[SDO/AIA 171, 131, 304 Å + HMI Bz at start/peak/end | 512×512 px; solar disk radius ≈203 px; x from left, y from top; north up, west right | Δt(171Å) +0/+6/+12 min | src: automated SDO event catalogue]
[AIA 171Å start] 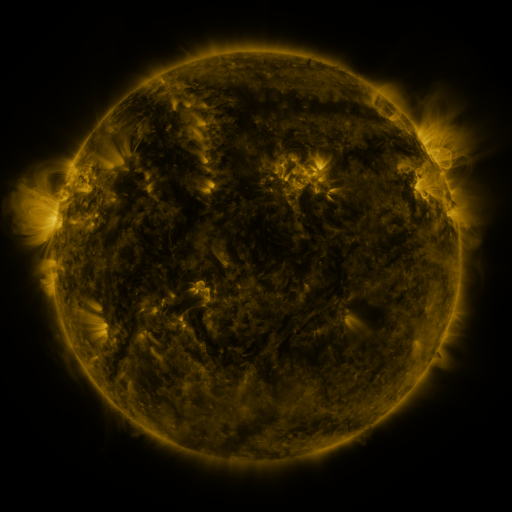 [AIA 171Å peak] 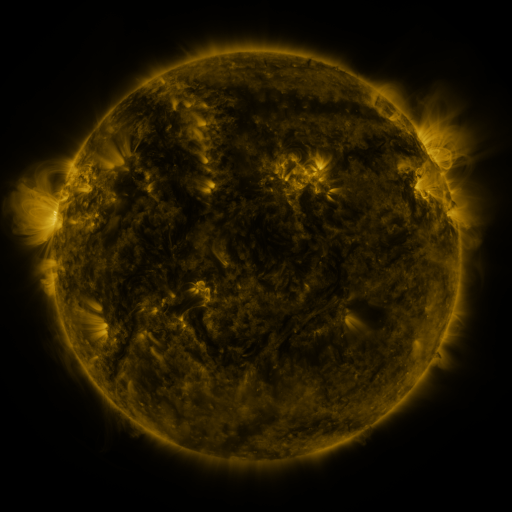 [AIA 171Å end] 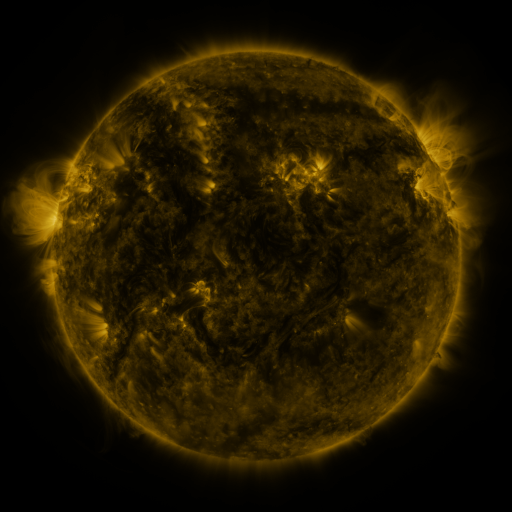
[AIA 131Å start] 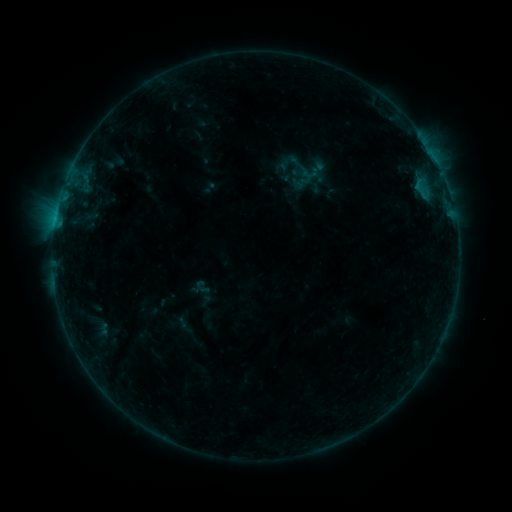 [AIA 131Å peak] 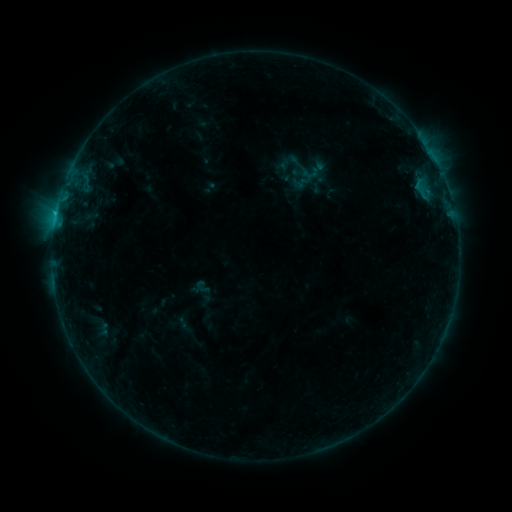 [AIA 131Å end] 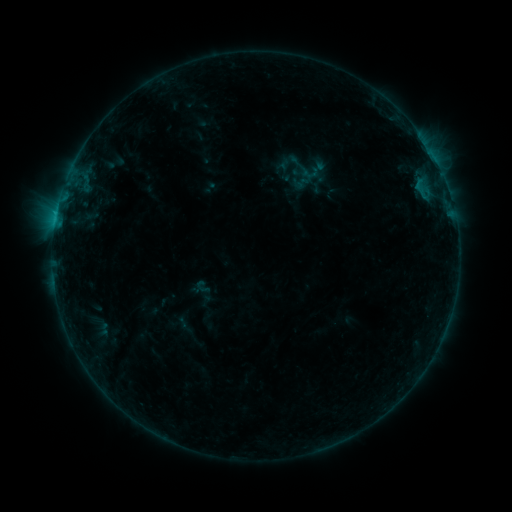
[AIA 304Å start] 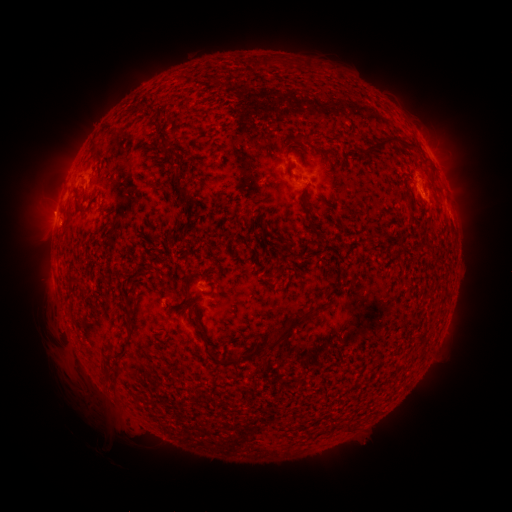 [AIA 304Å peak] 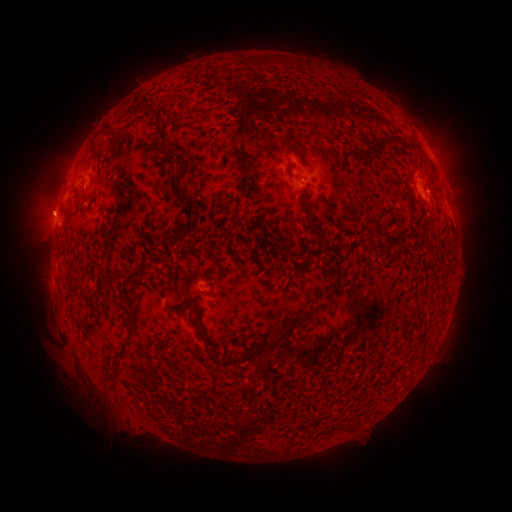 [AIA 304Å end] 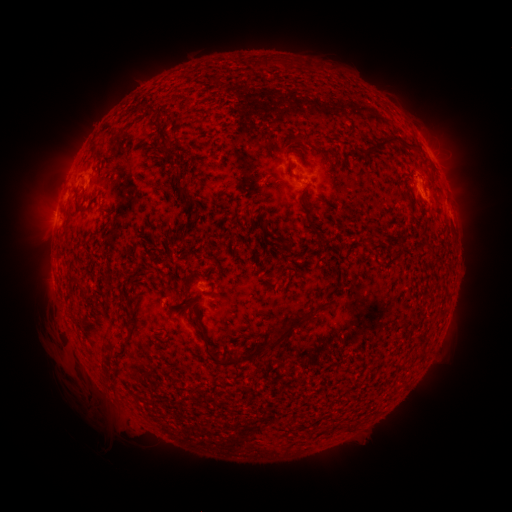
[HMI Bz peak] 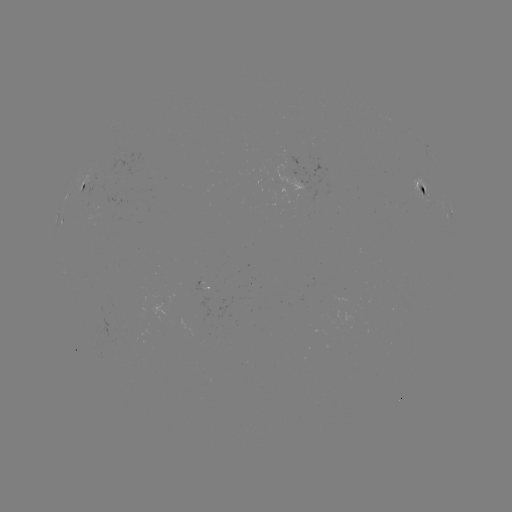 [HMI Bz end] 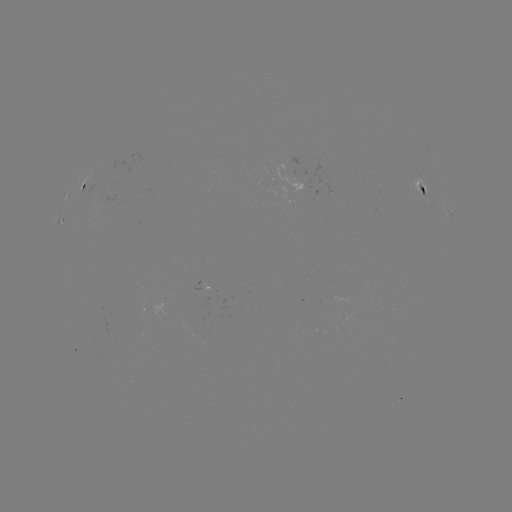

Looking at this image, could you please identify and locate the B4.7 flare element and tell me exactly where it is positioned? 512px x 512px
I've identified B4.7 flare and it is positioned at (56, 216).